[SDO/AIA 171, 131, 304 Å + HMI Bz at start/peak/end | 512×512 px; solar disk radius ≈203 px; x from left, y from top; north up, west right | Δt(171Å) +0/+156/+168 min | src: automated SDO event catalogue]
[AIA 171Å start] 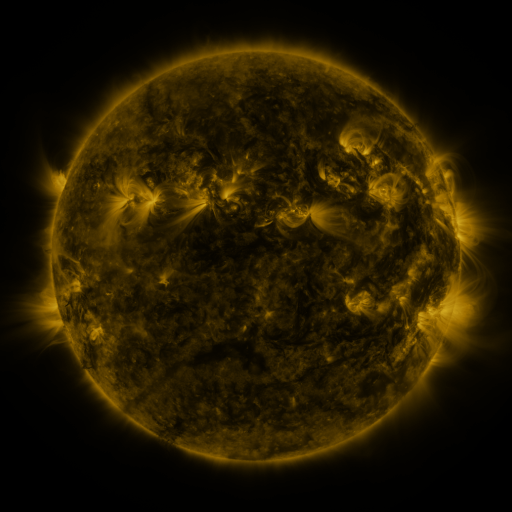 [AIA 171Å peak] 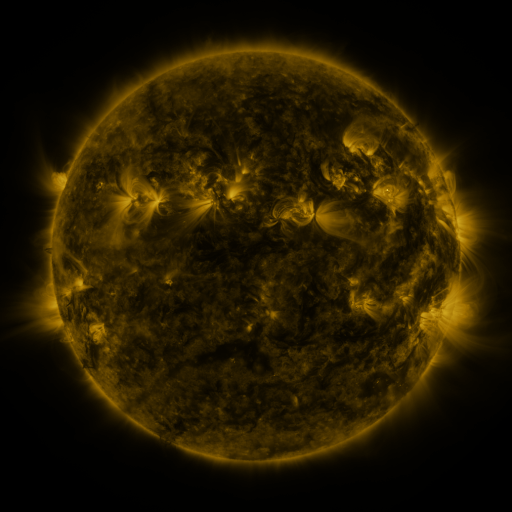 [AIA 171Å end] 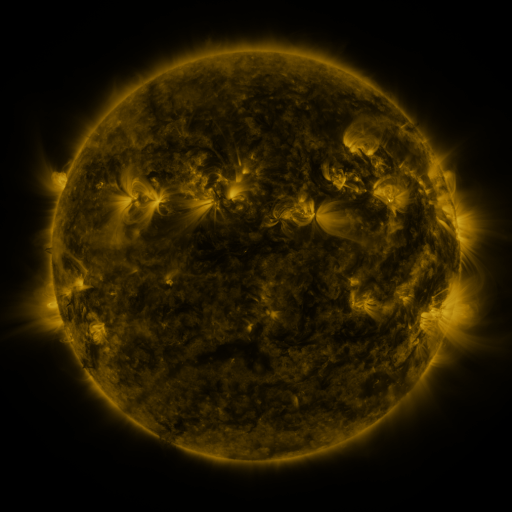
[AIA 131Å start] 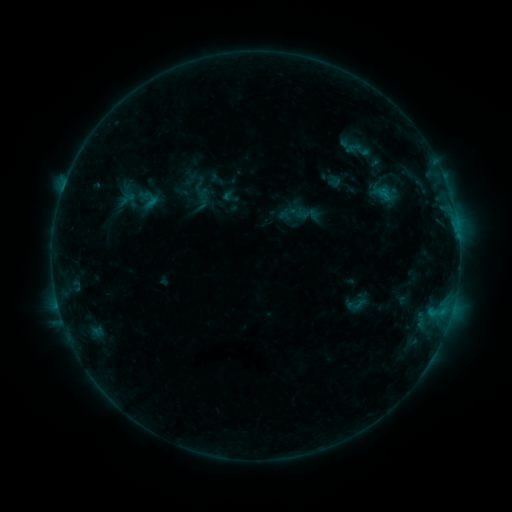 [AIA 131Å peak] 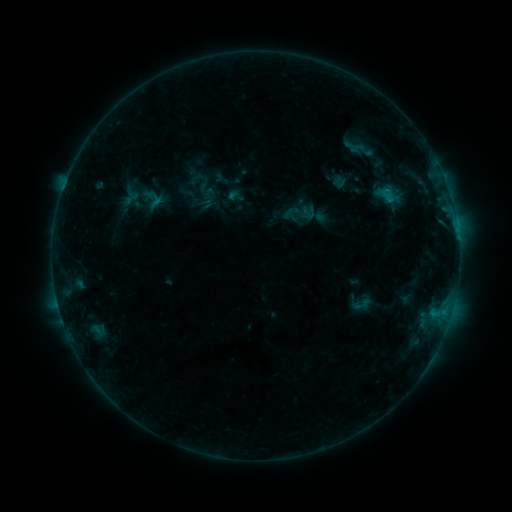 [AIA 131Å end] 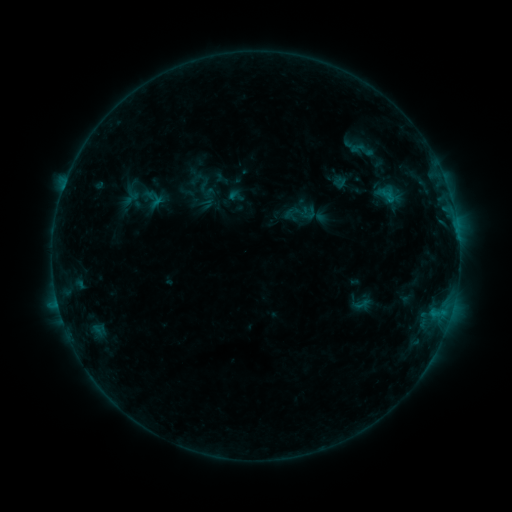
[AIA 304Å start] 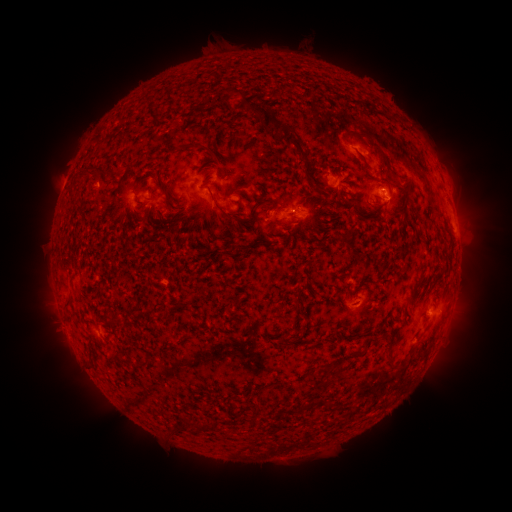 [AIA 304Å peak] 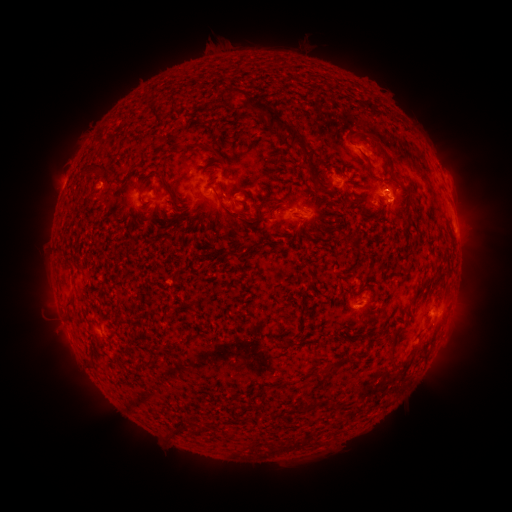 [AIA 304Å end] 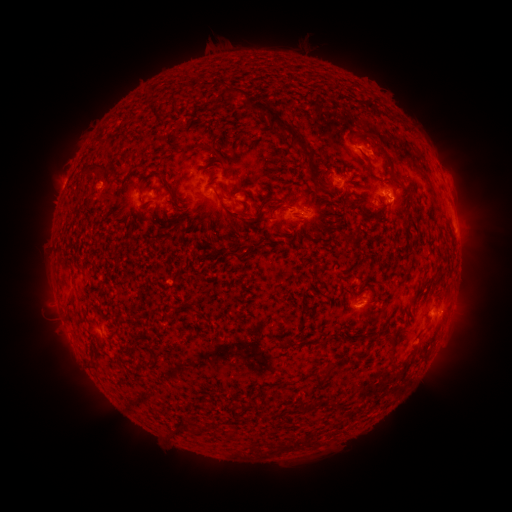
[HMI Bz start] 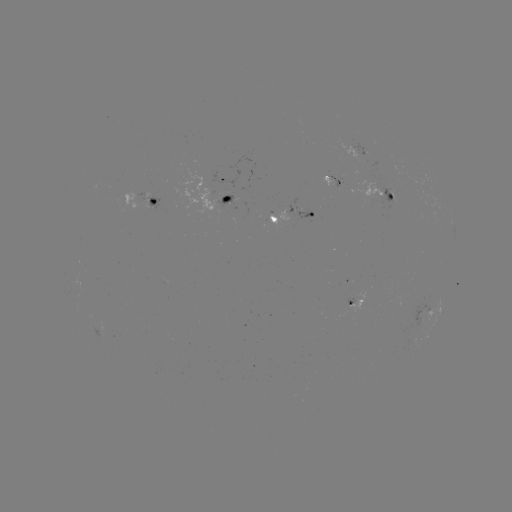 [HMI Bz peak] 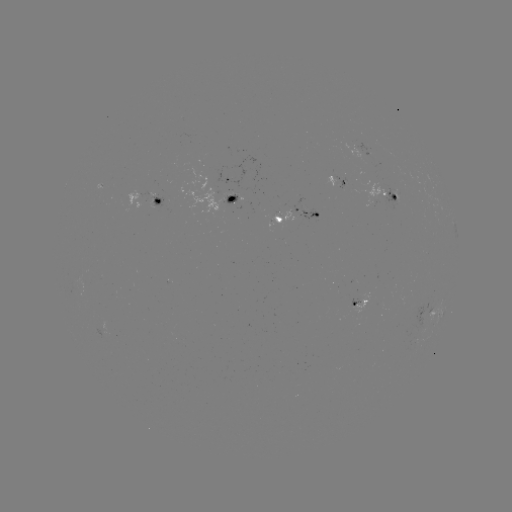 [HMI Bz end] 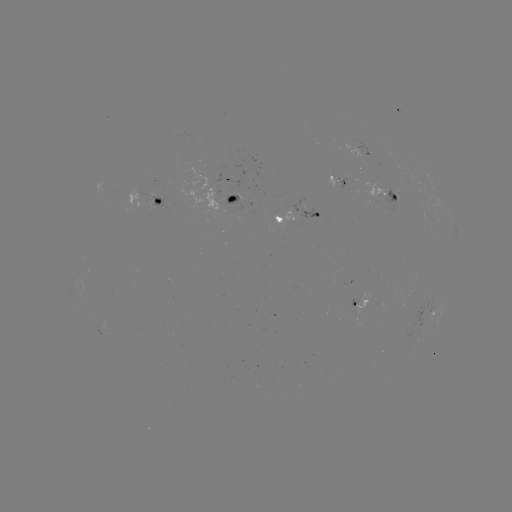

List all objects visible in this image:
emerging-flux region: (228, 196)
